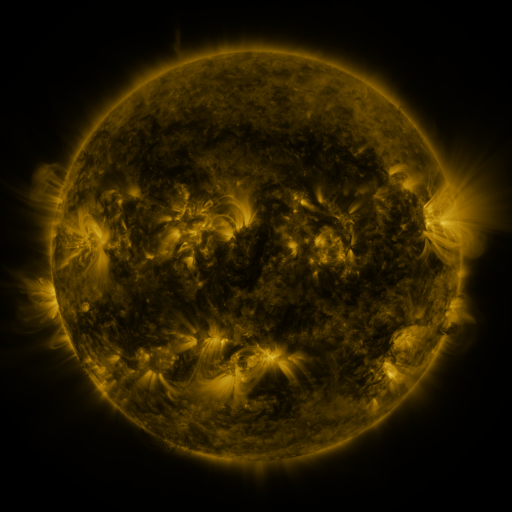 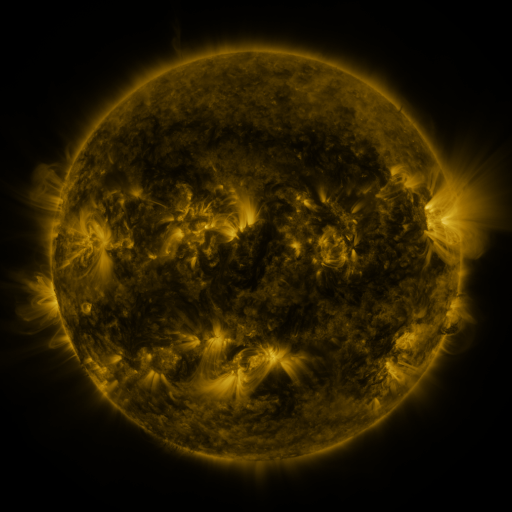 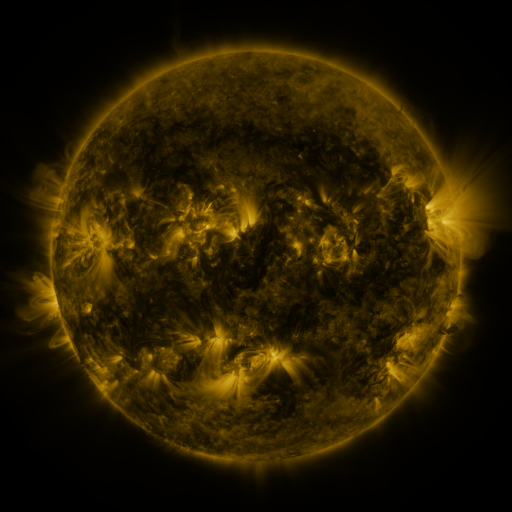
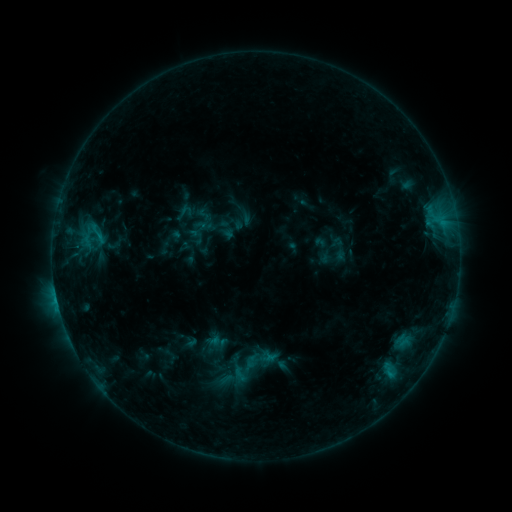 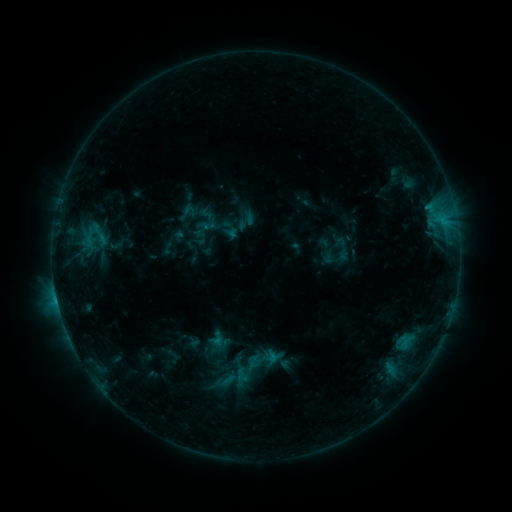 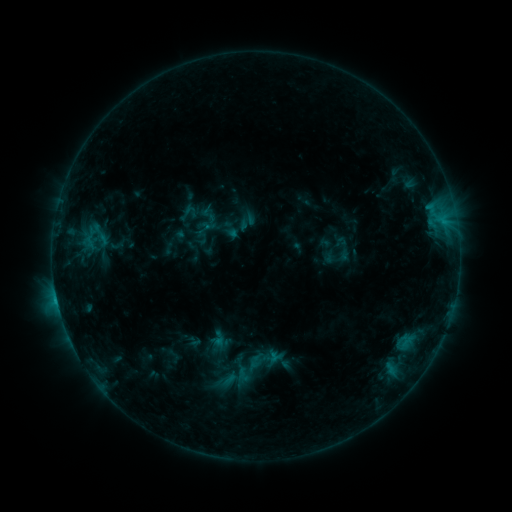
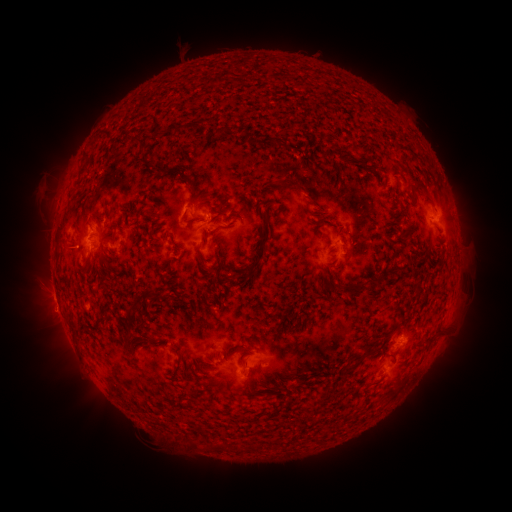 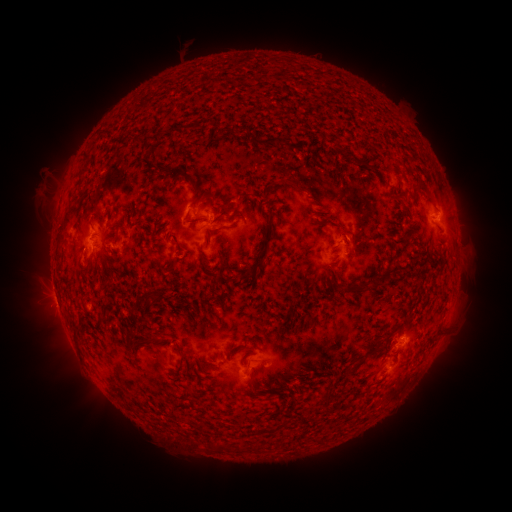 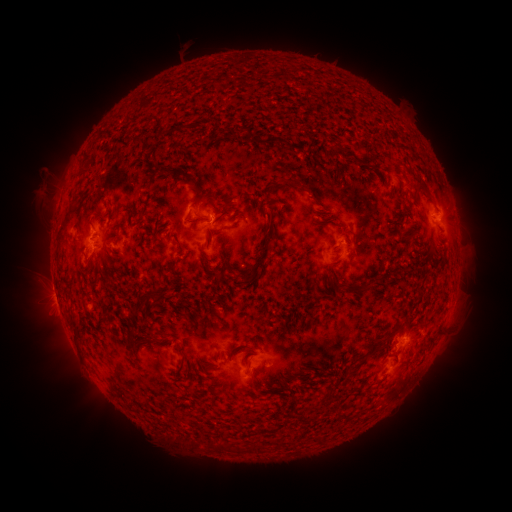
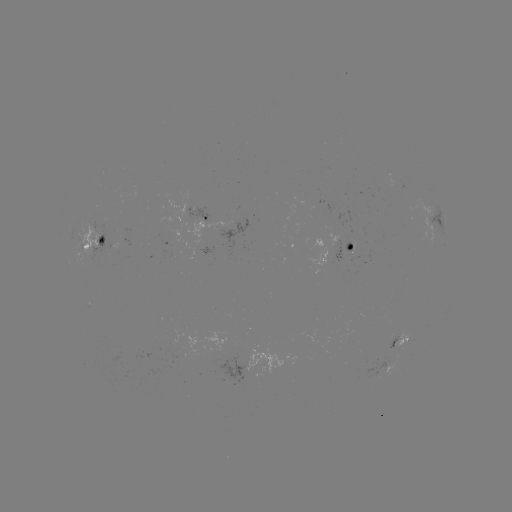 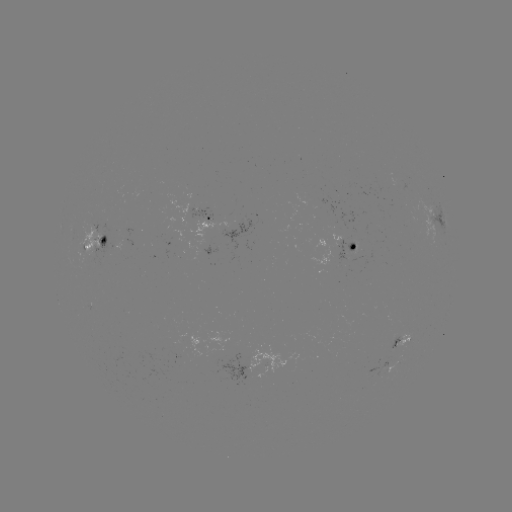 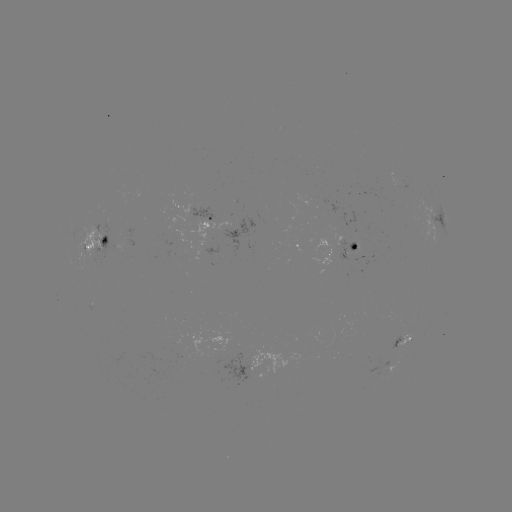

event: emerging-flux region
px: (382, 368)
